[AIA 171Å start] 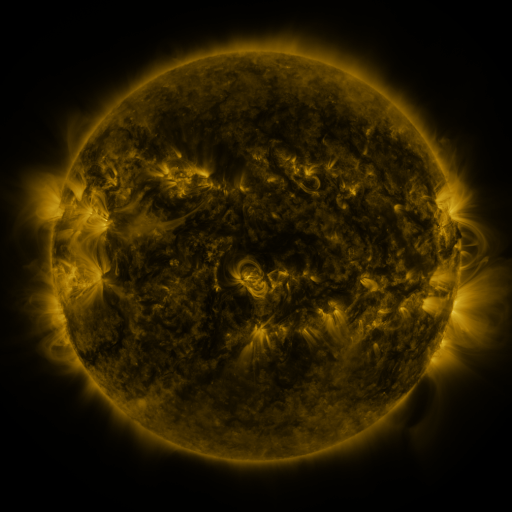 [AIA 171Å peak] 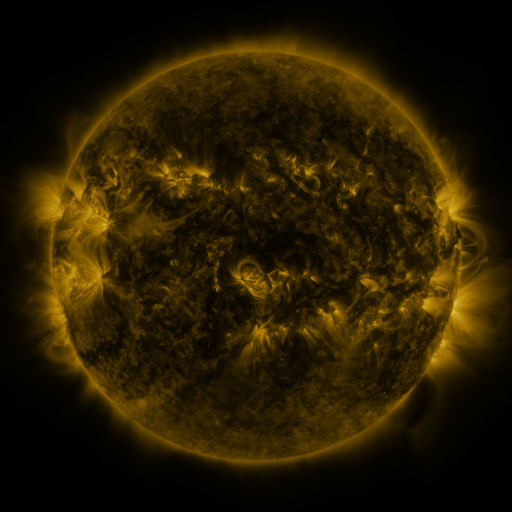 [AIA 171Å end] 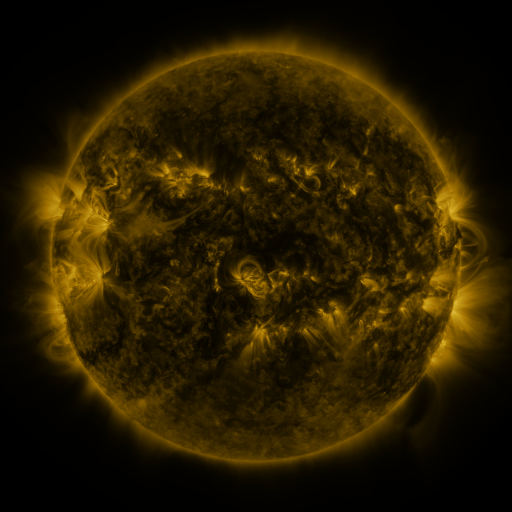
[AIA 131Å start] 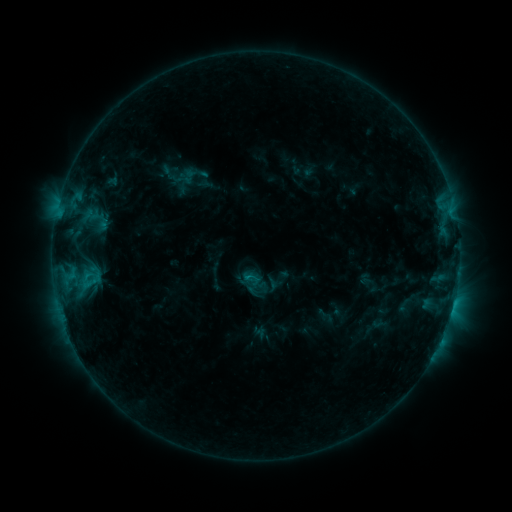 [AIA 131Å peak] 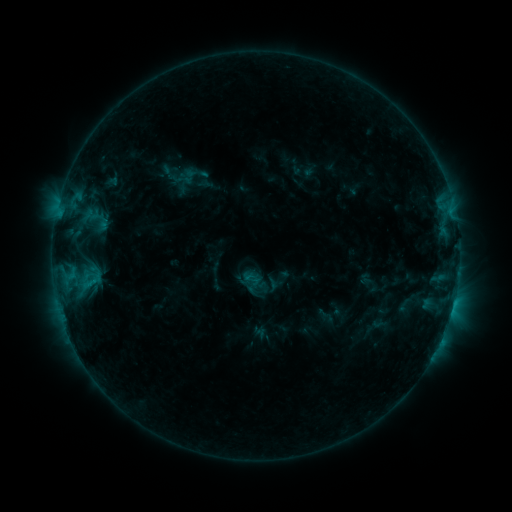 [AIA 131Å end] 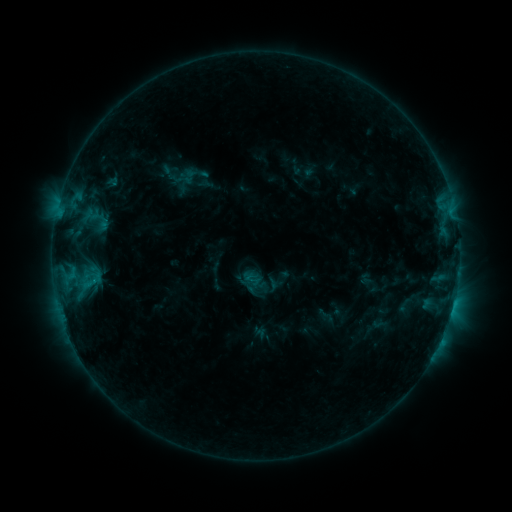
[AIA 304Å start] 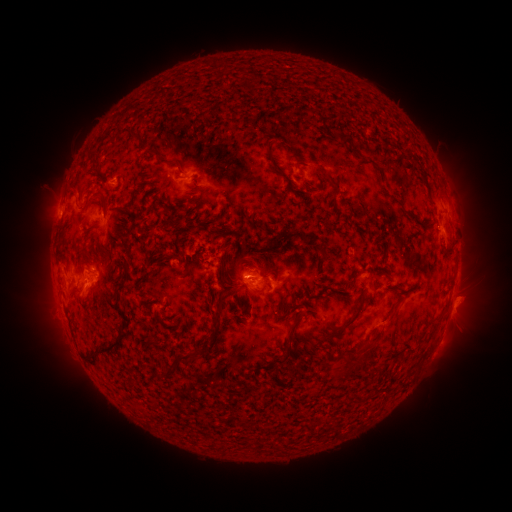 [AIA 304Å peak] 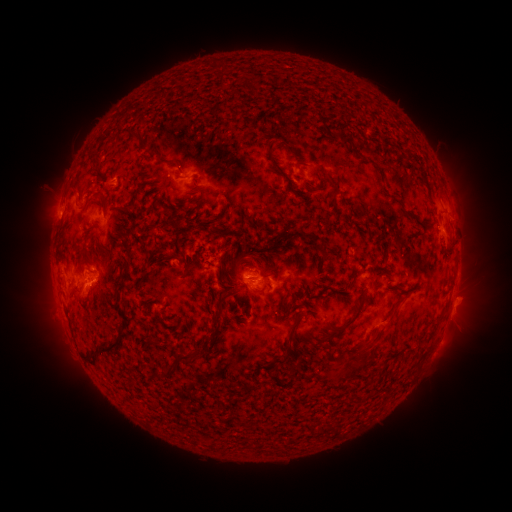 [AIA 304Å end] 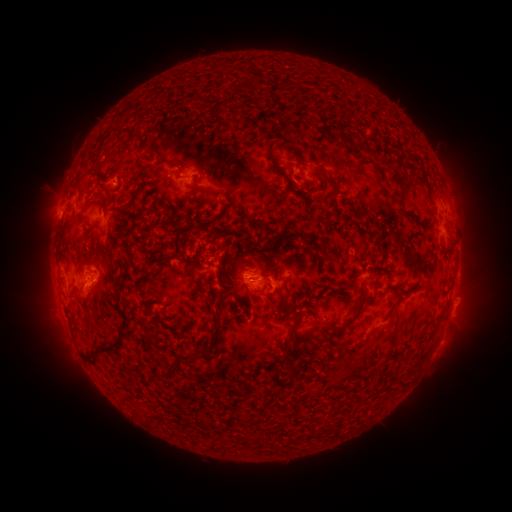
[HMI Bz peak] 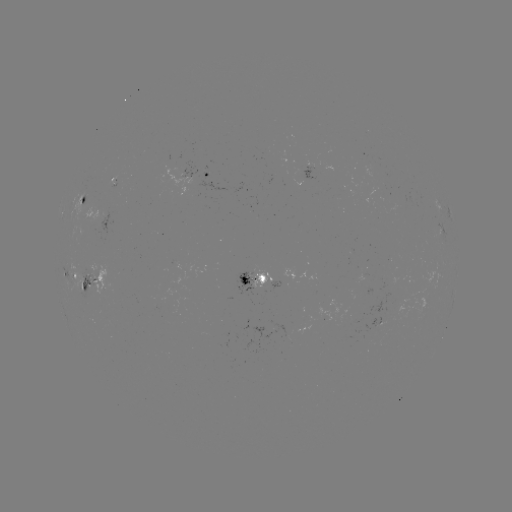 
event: flare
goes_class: C1.2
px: (96, 280)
